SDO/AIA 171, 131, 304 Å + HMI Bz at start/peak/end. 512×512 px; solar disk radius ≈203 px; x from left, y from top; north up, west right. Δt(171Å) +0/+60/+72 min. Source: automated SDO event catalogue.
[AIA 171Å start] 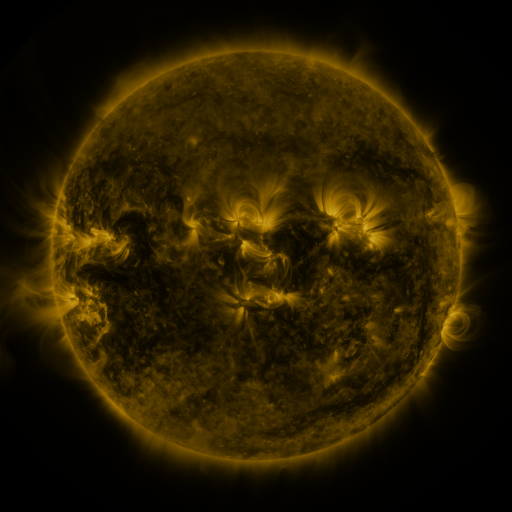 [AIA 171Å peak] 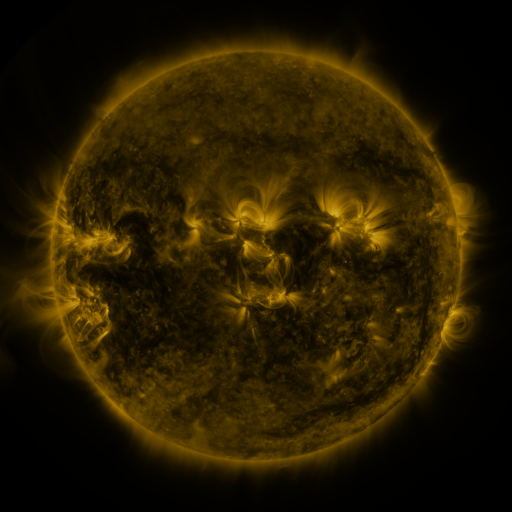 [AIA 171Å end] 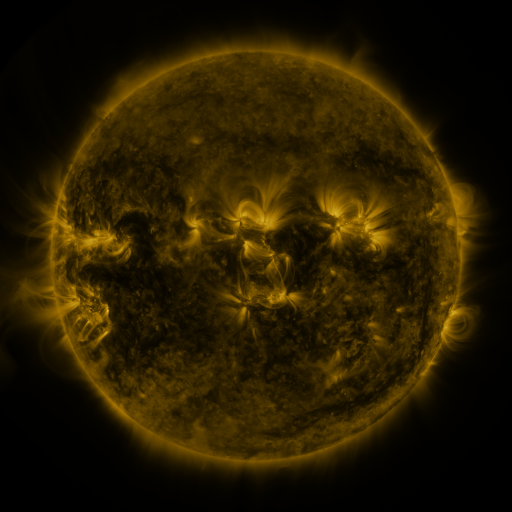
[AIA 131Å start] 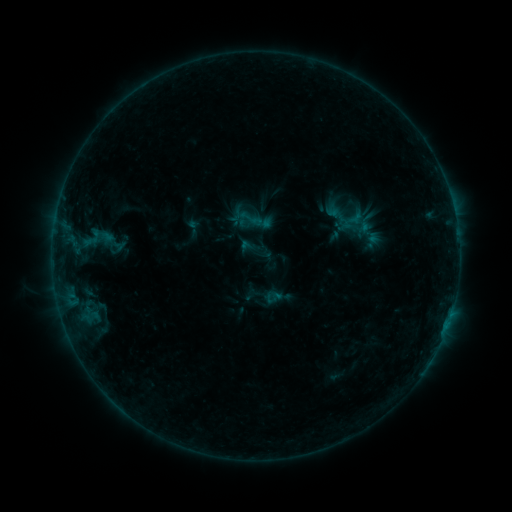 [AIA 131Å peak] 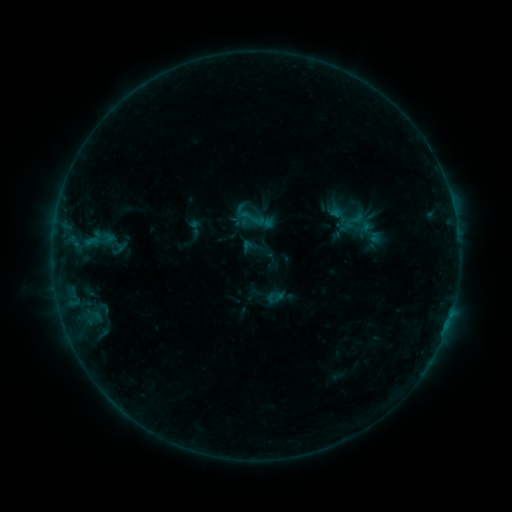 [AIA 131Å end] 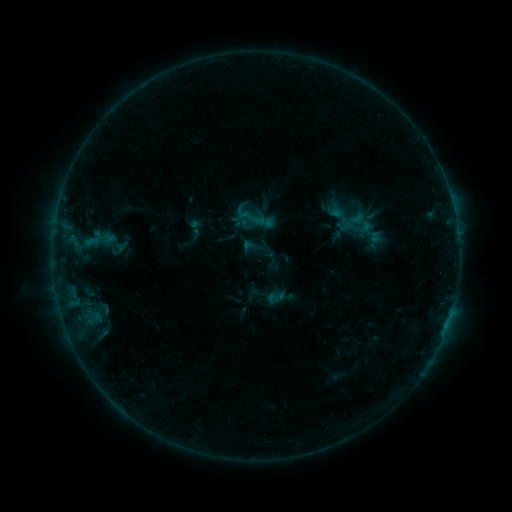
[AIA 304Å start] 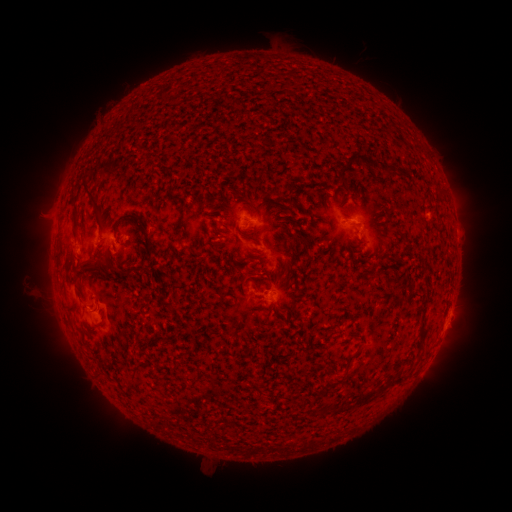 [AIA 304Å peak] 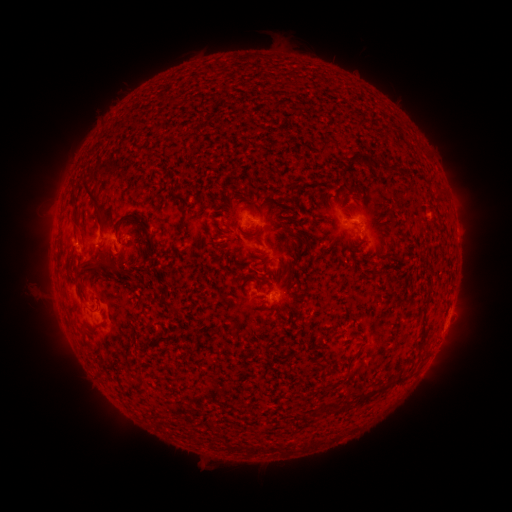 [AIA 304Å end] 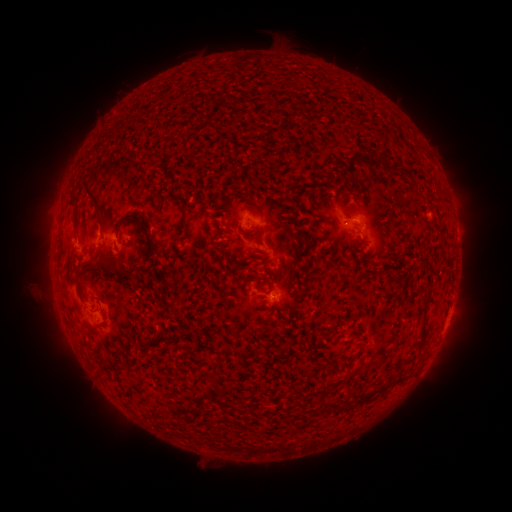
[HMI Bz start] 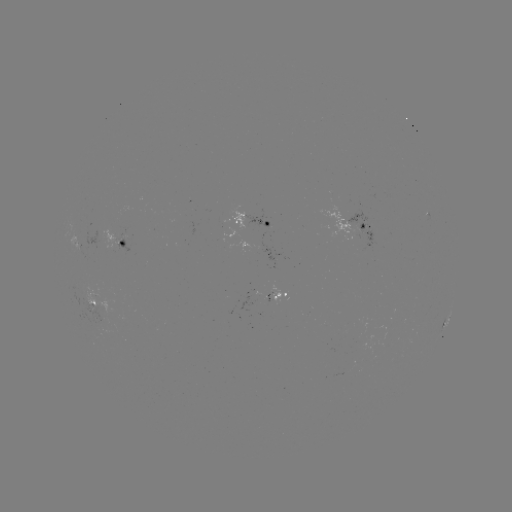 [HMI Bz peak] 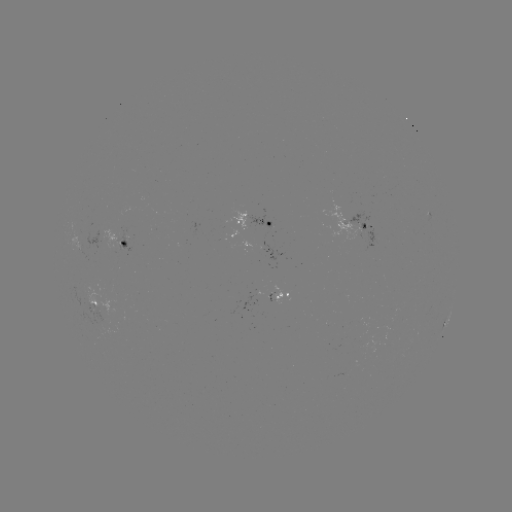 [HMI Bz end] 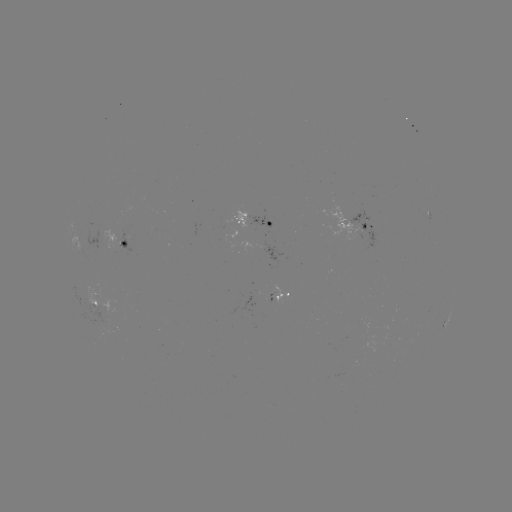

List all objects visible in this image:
emerging-flux region: (105, 319)
